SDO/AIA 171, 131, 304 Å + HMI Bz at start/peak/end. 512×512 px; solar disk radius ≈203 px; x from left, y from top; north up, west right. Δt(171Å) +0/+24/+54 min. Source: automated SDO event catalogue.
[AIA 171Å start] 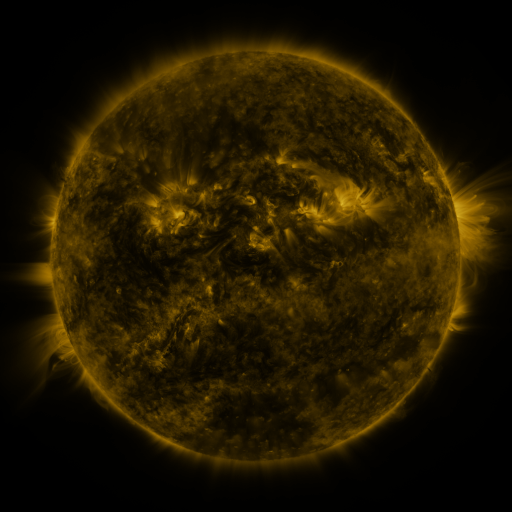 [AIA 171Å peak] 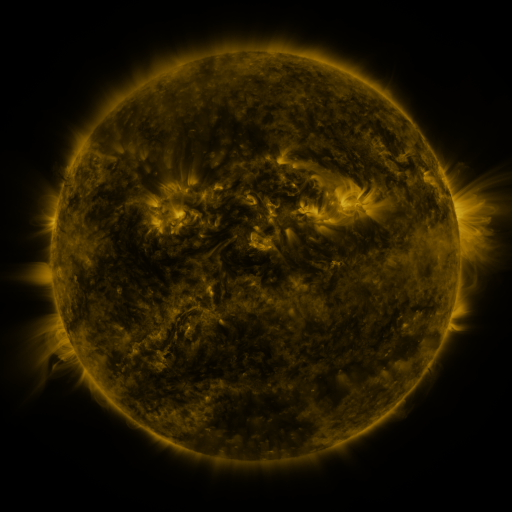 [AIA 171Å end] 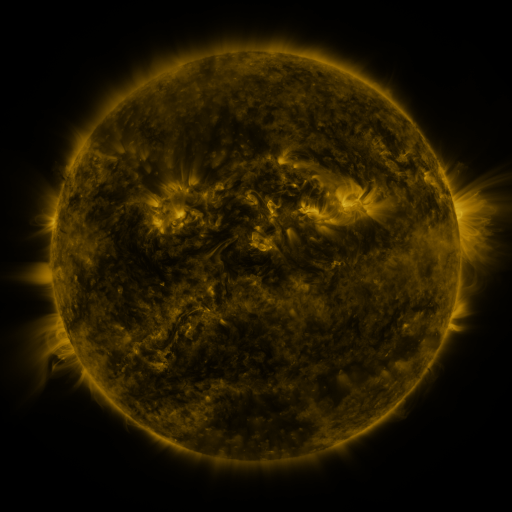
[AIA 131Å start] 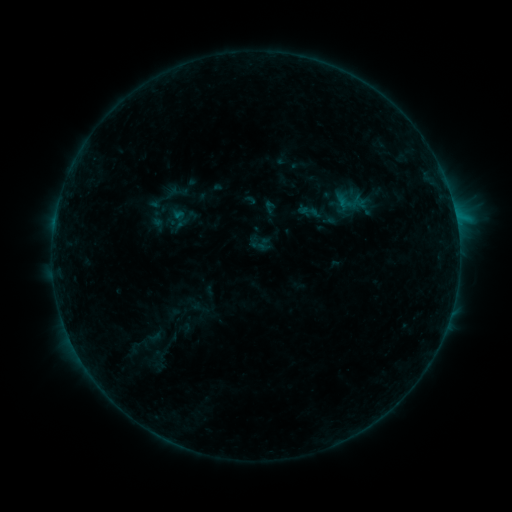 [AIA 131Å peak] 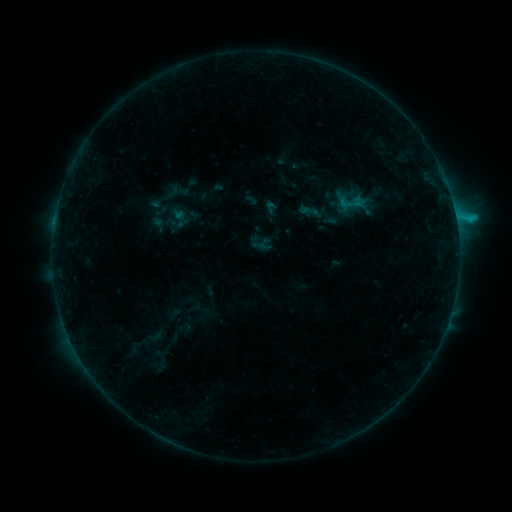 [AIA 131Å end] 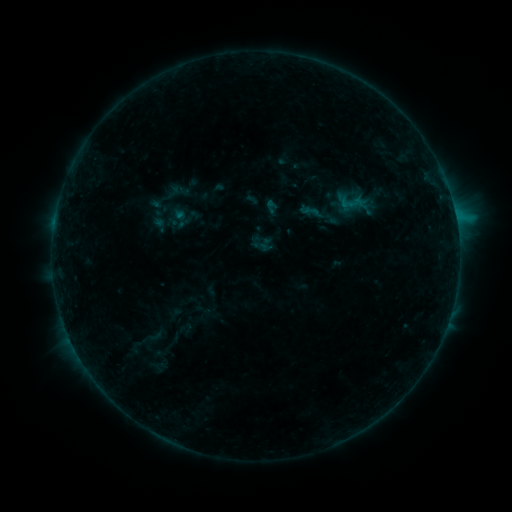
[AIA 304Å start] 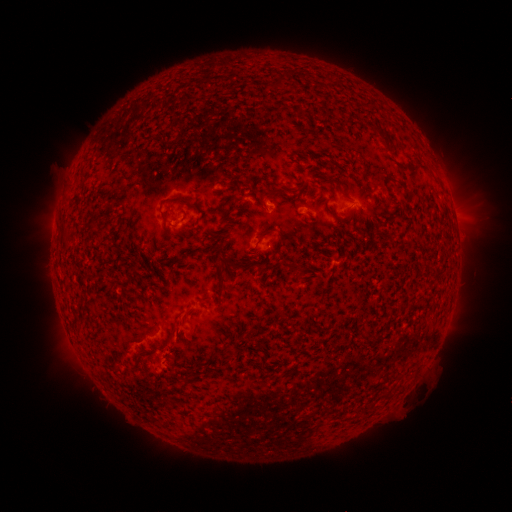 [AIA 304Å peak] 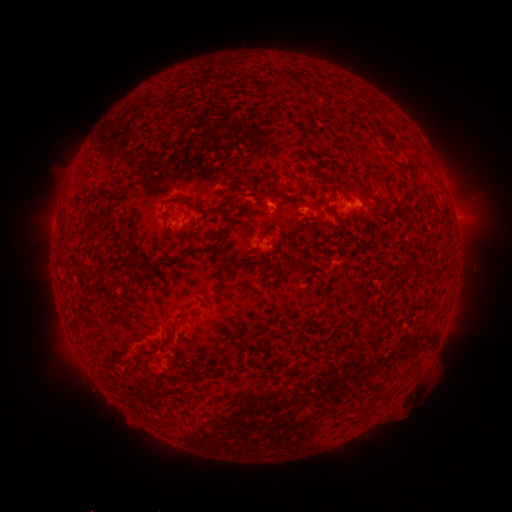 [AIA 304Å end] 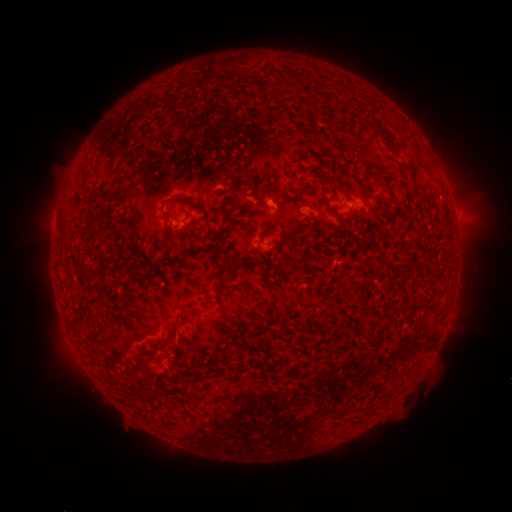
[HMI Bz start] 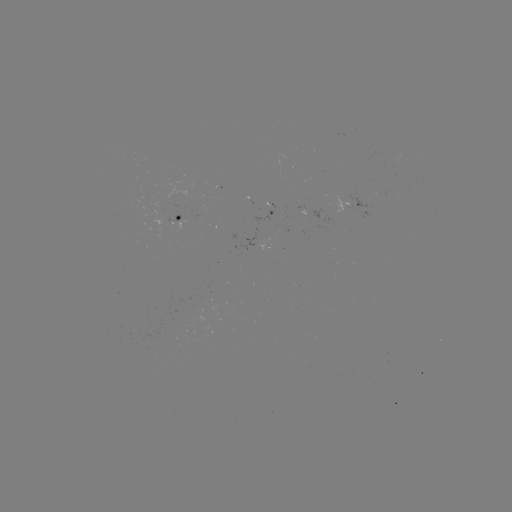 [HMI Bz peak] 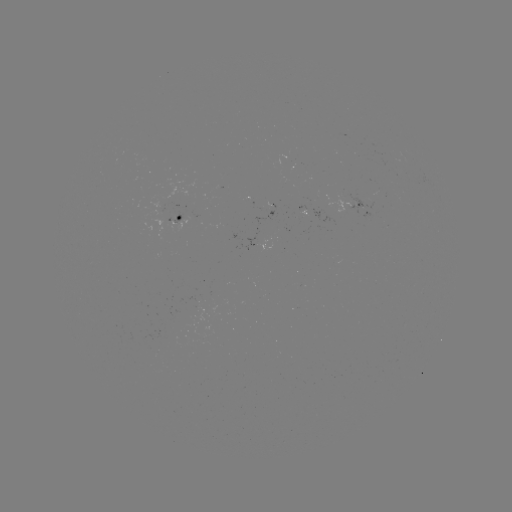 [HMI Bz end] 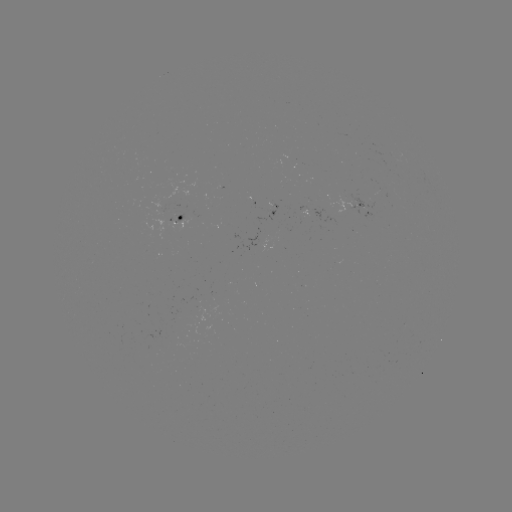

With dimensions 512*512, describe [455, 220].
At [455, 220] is C1.3 flare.